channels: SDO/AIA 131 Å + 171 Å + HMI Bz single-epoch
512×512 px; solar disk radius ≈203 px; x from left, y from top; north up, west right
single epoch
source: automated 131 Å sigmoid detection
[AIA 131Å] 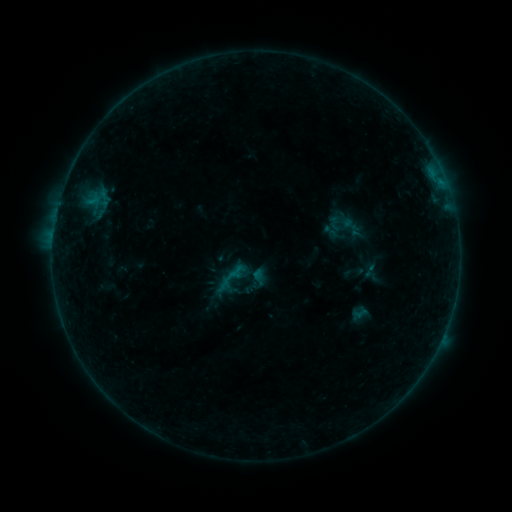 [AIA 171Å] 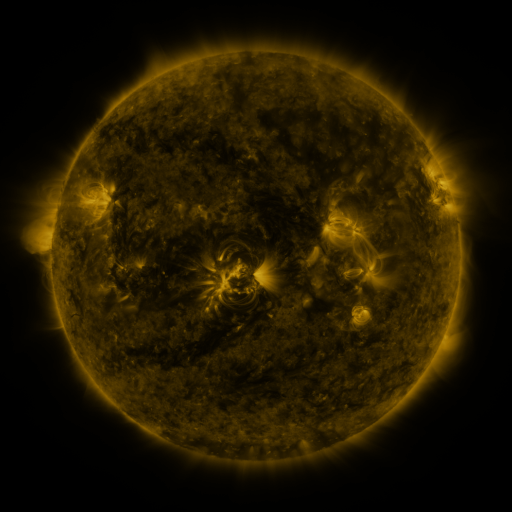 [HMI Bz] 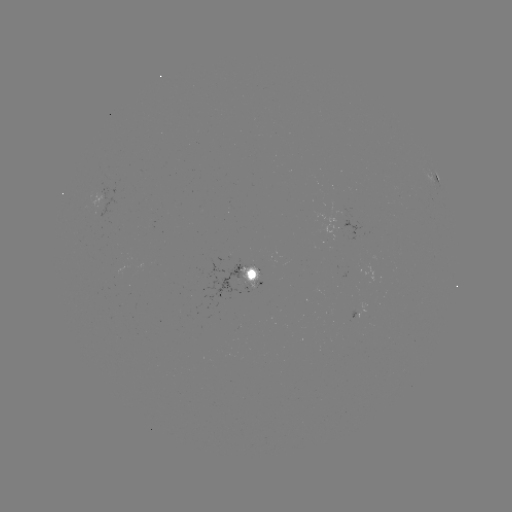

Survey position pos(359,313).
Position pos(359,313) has sigmoid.